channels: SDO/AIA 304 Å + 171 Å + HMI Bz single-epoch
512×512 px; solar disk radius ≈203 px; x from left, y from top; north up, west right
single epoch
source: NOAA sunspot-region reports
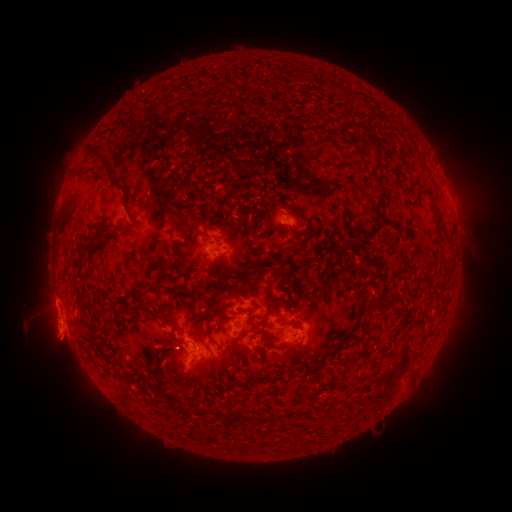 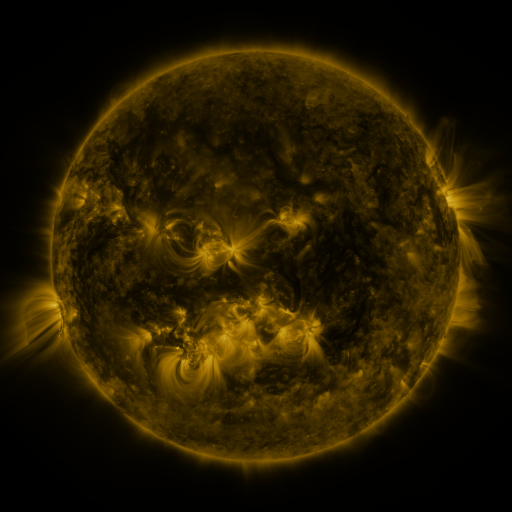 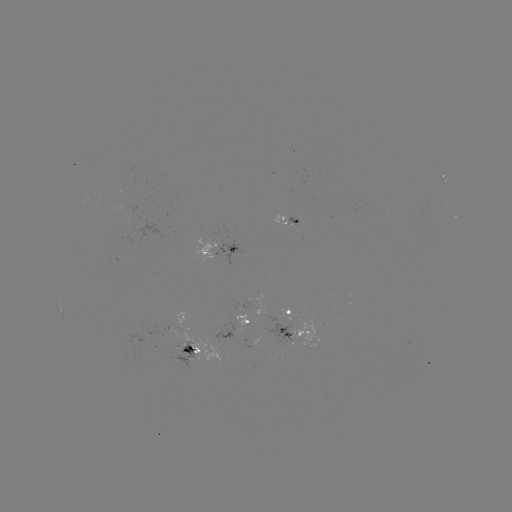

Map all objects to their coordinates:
spotted active region: (287, 222)
spotted active region: (220, 247)
spotted active region: (286, 310)
spotted active region: (249, 321)
spotted active region: (292, 334)
spotted active region: (193, 350)
